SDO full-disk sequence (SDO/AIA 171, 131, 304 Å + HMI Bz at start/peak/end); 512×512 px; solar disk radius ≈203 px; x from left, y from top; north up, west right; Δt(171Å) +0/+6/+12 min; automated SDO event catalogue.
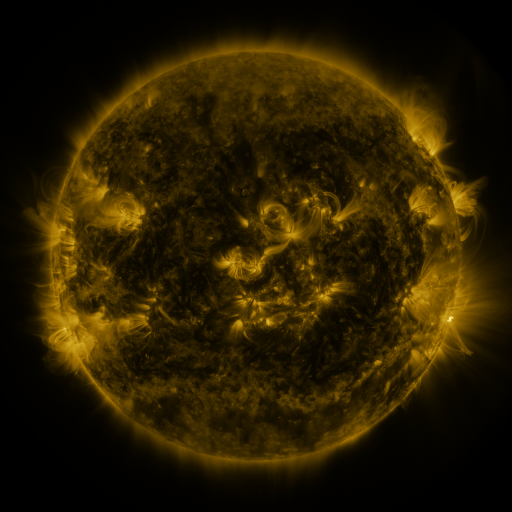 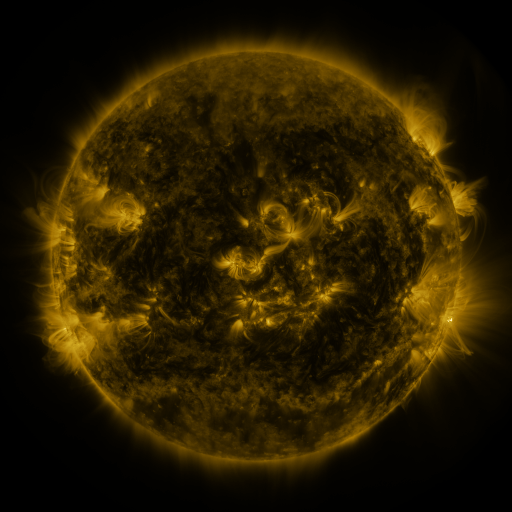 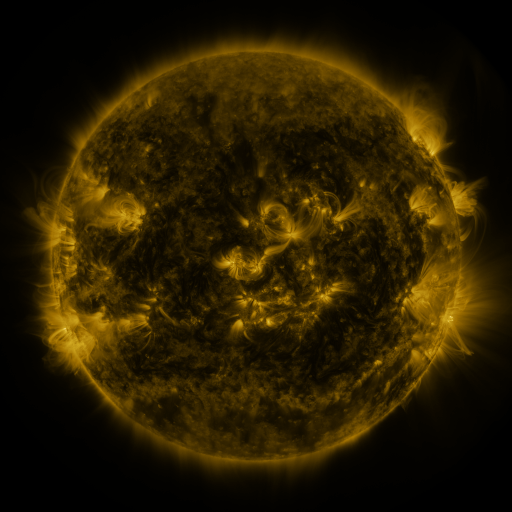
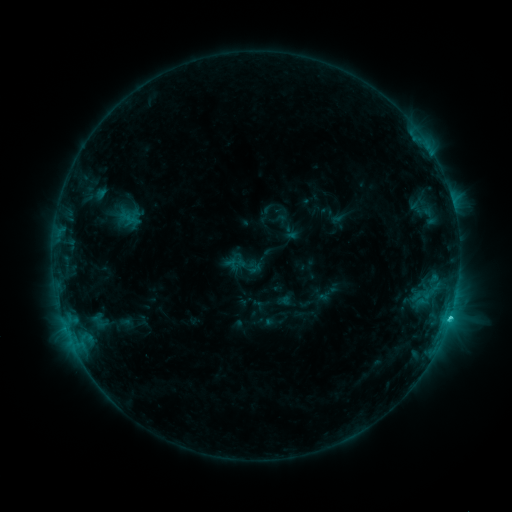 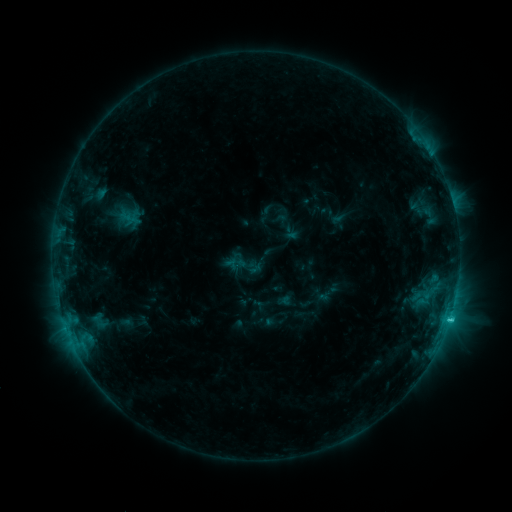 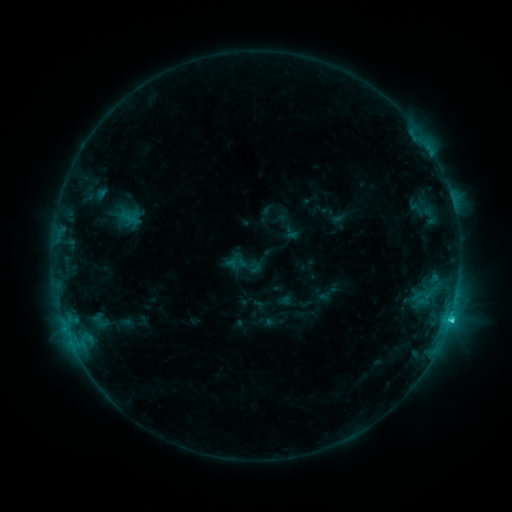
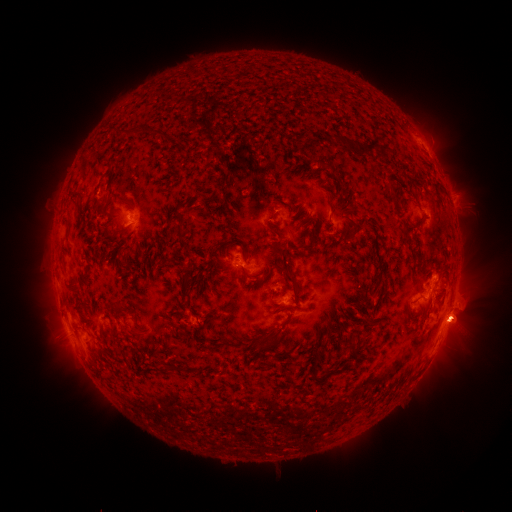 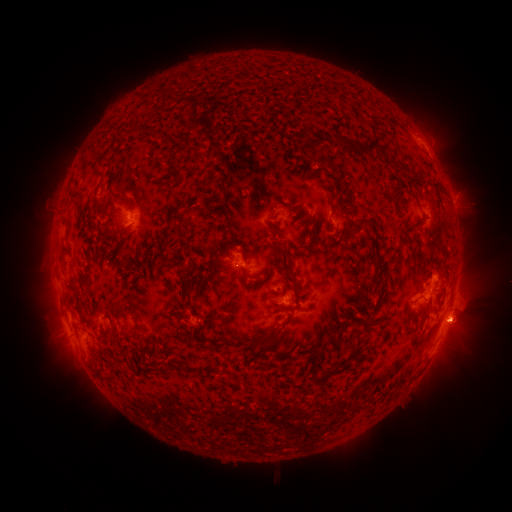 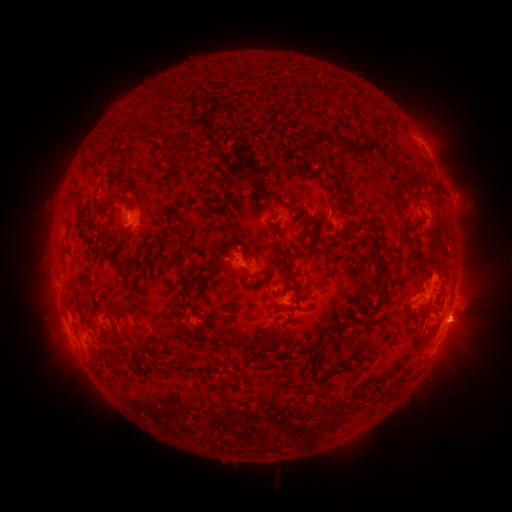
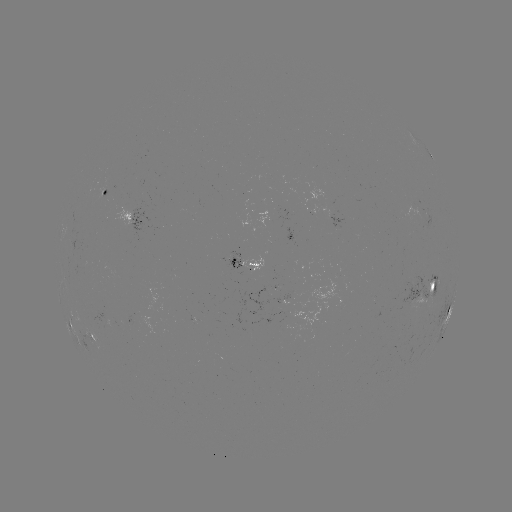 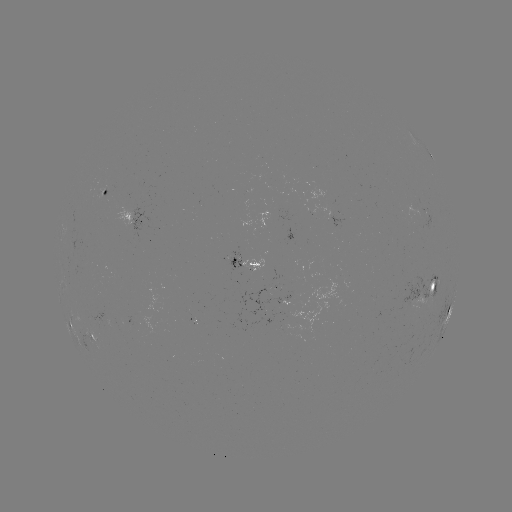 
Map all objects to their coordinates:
C2.5 flare: (449, 318)
